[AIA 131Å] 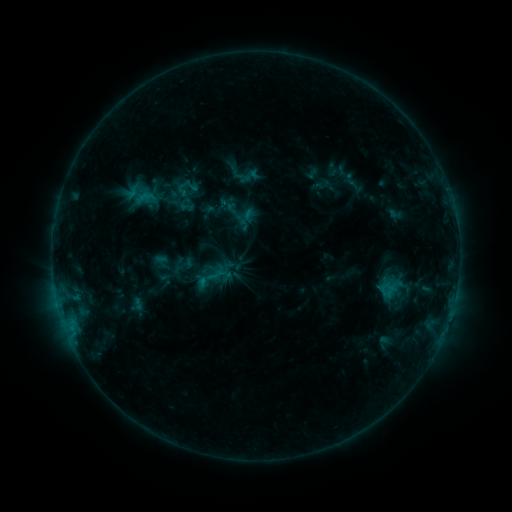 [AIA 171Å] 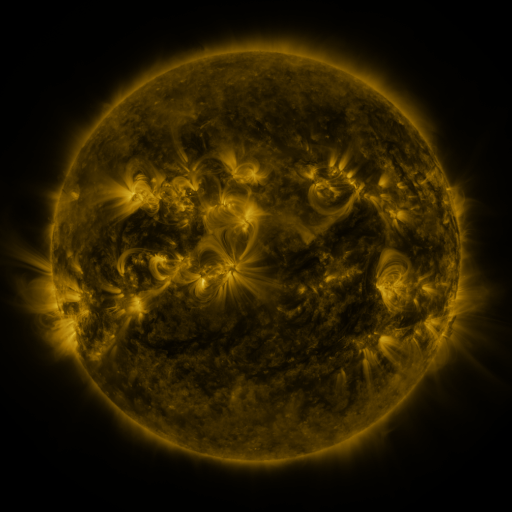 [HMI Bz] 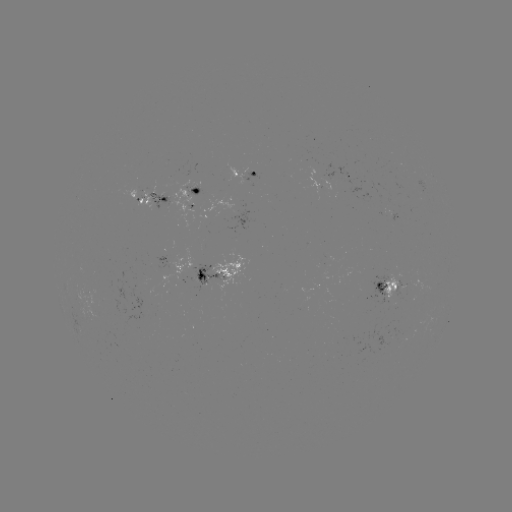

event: sigmoid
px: (211, 278)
